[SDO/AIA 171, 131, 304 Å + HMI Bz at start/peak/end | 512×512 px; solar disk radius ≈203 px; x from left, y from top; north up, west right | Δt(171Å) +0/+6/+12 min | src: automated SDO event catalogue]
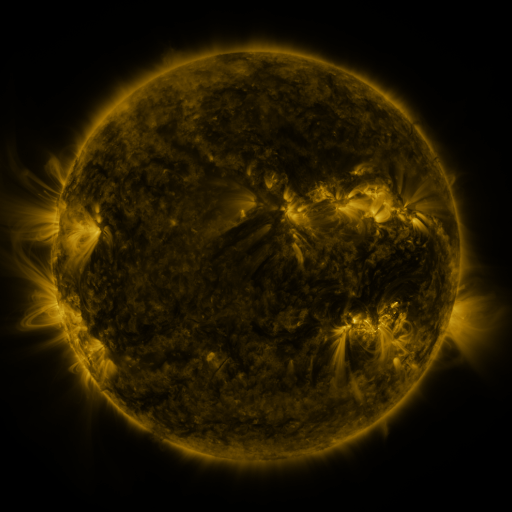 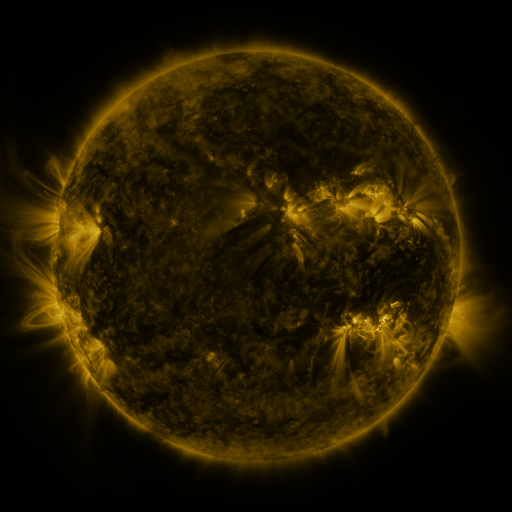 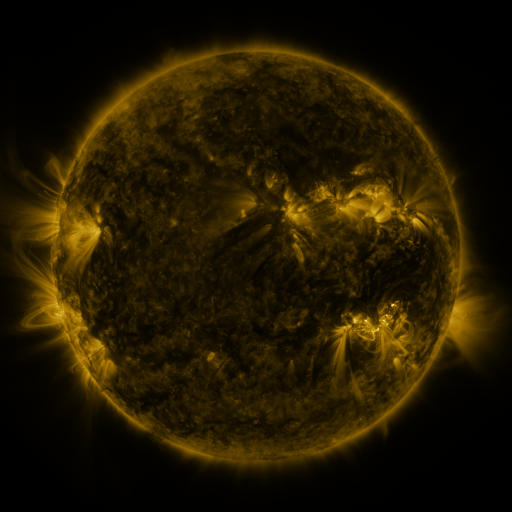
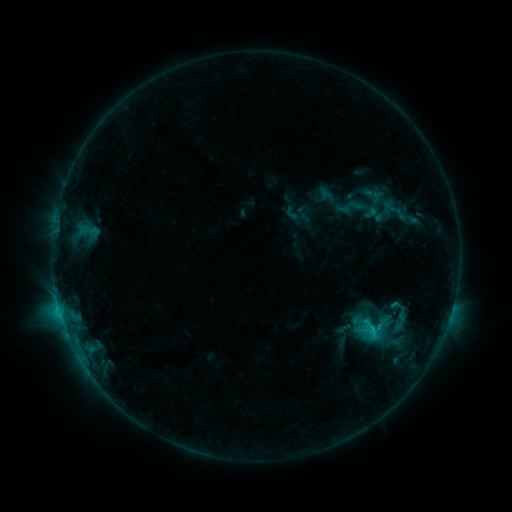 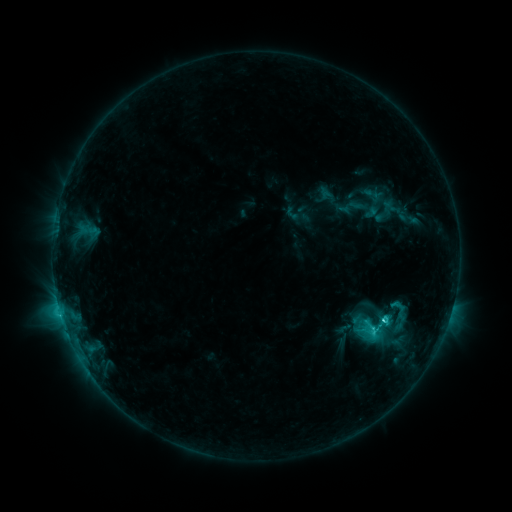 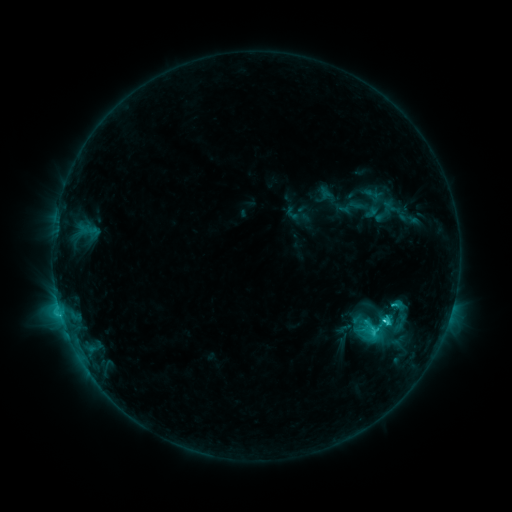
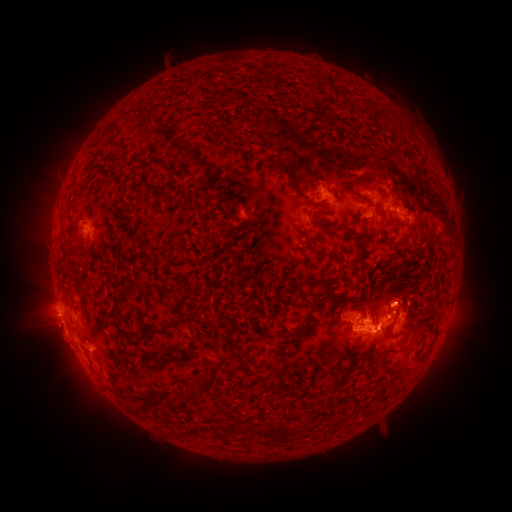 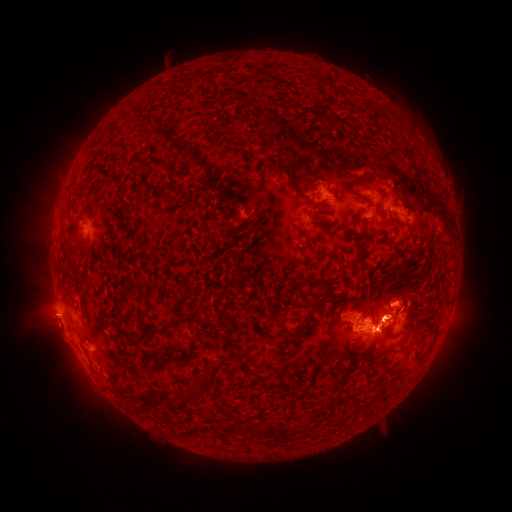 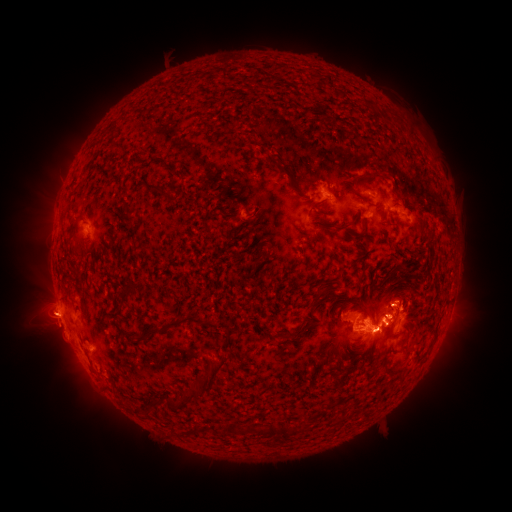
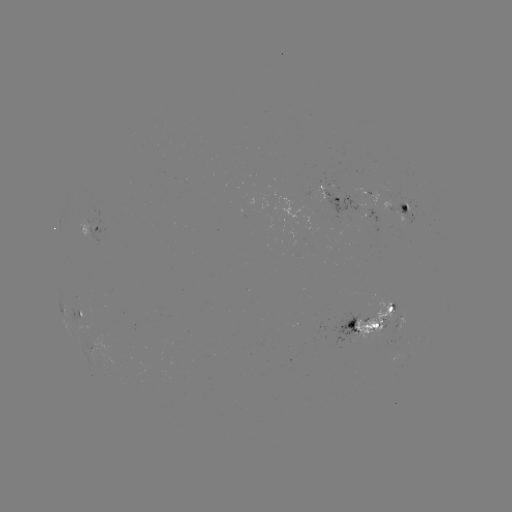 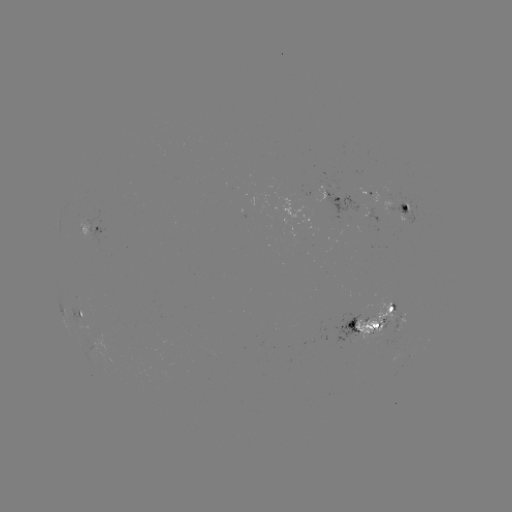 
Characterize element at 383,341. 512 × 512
eruption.